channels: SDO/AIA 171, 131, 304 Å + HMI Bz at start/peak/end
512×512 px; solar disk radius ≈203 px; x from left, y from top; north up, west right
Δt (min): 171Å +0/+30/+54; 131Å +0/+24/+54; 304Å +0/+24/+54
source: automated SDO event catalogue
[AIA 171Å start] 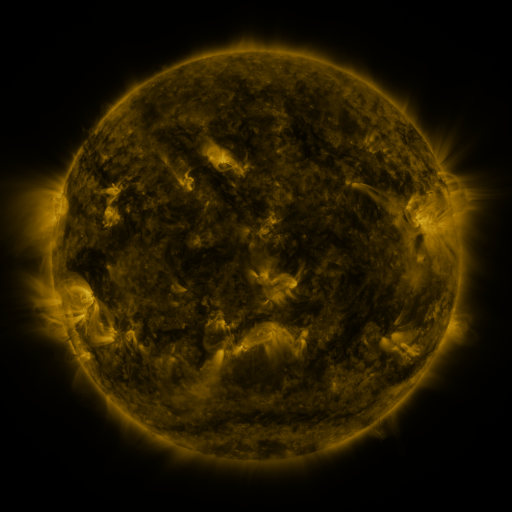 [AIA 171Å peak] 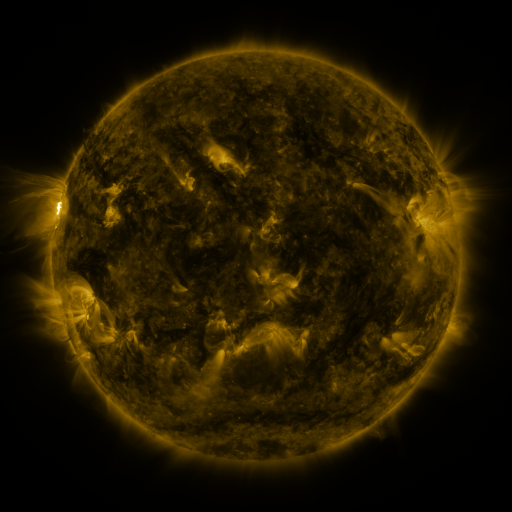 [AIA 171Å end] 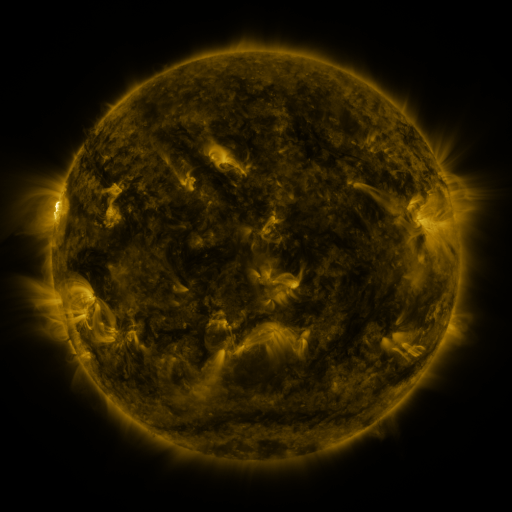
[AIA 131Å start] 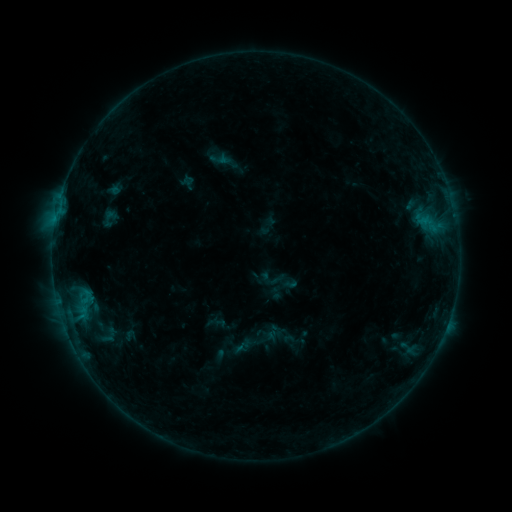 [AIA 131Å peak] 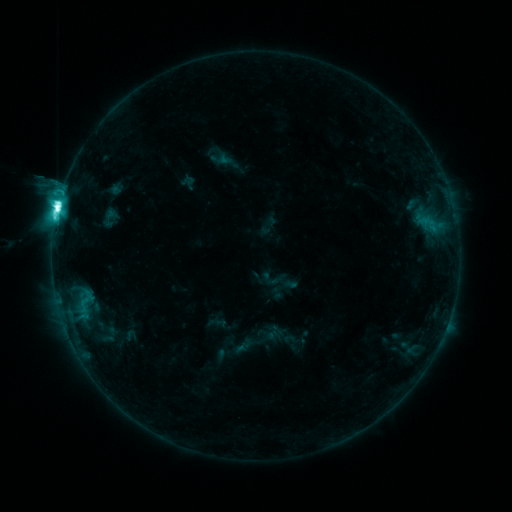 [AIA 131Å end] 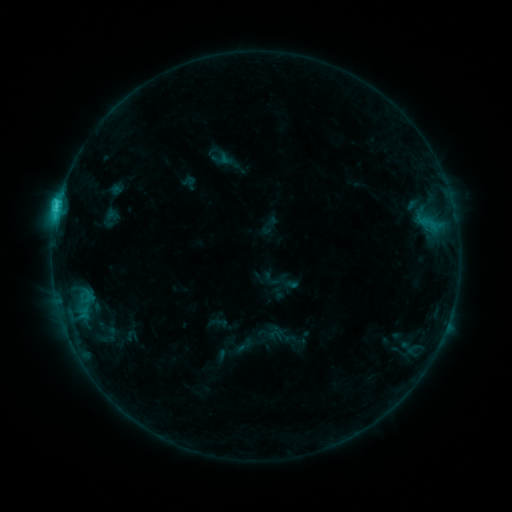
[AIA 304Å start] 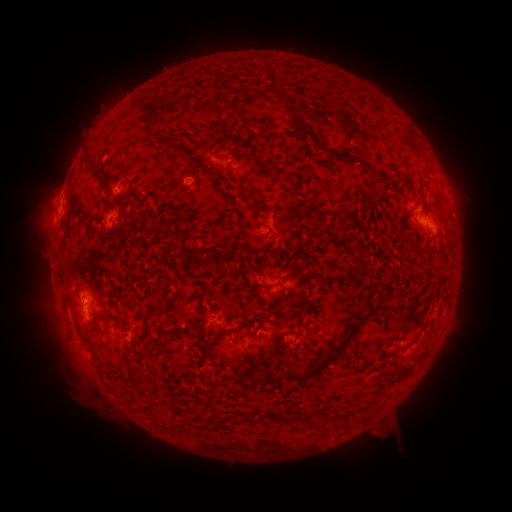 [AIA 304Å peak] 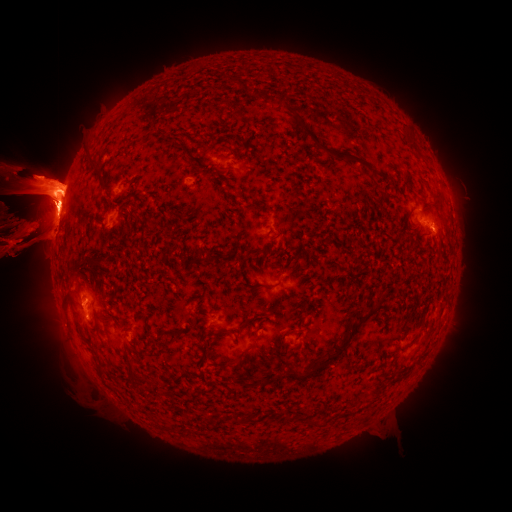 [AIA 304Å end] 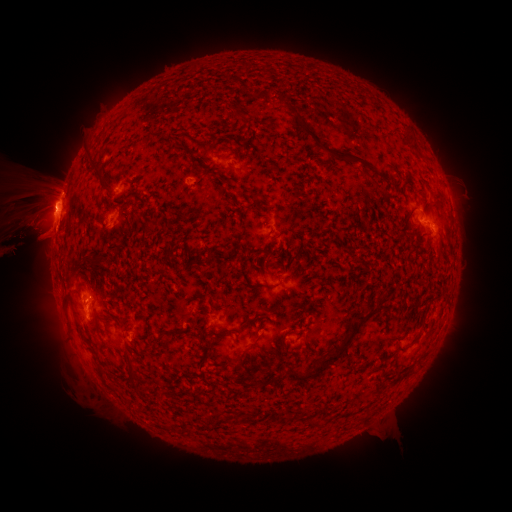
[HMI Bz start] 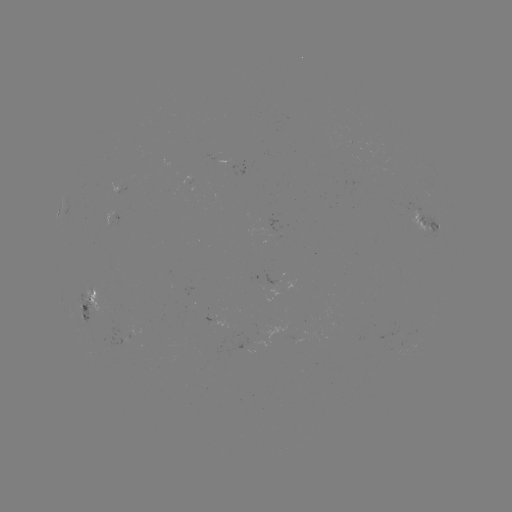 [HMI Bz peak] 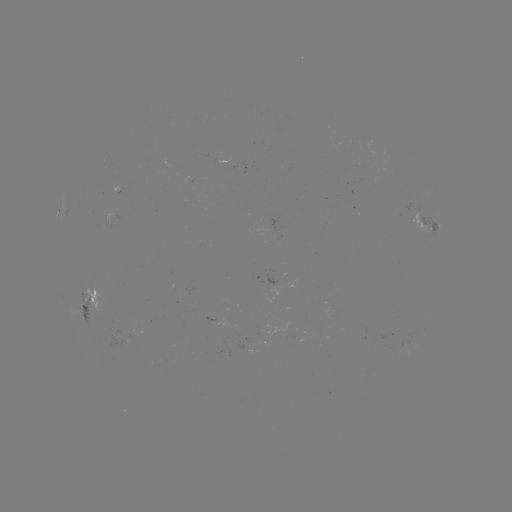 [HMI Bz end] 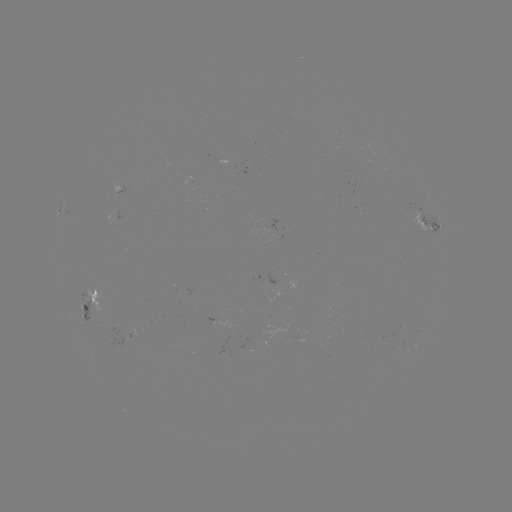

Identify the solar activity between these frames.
eruption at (36, 214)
